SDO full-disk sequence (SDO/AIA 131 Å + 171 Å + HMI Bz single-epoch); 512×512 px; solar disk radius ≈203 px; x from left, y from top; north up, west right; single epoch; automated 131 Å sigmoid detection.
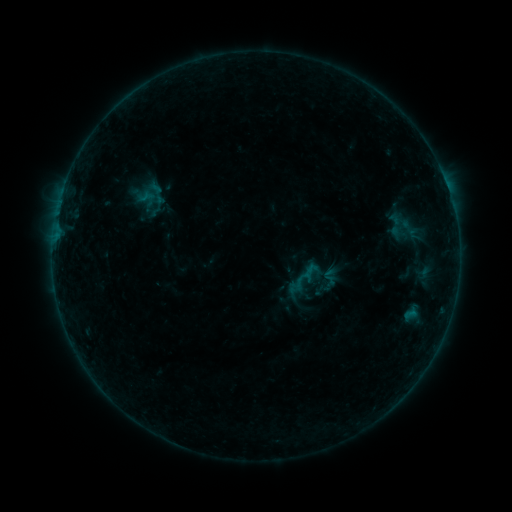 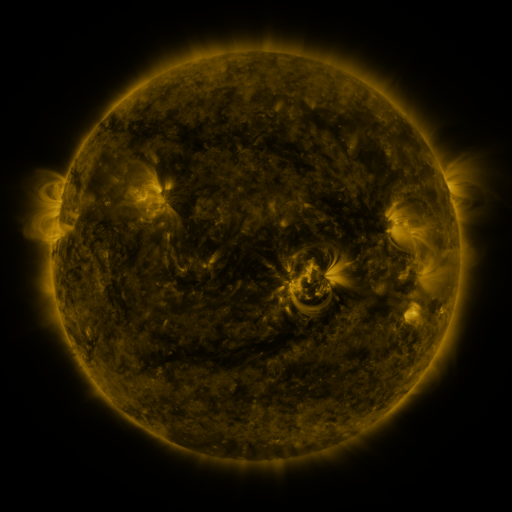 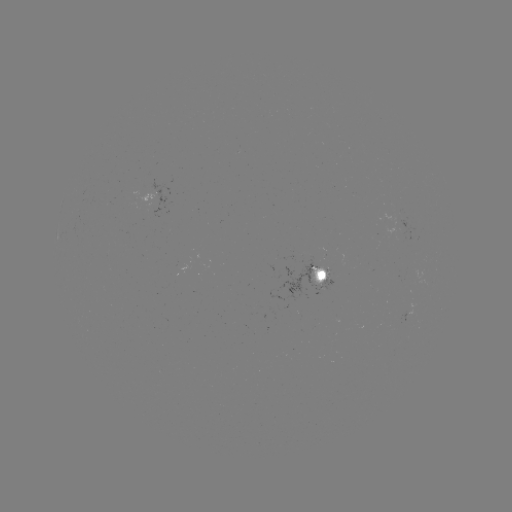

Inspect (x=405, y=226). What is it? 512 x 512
sigmoid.